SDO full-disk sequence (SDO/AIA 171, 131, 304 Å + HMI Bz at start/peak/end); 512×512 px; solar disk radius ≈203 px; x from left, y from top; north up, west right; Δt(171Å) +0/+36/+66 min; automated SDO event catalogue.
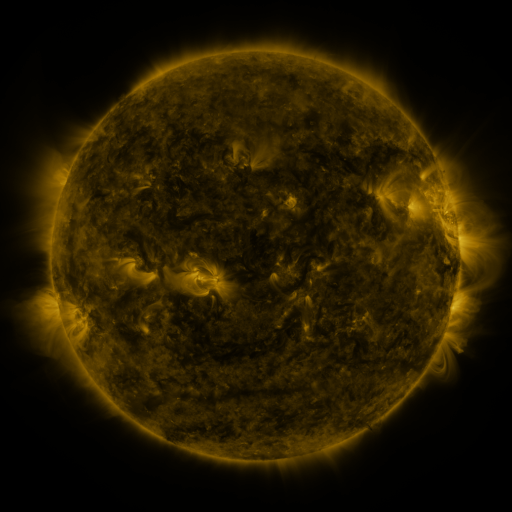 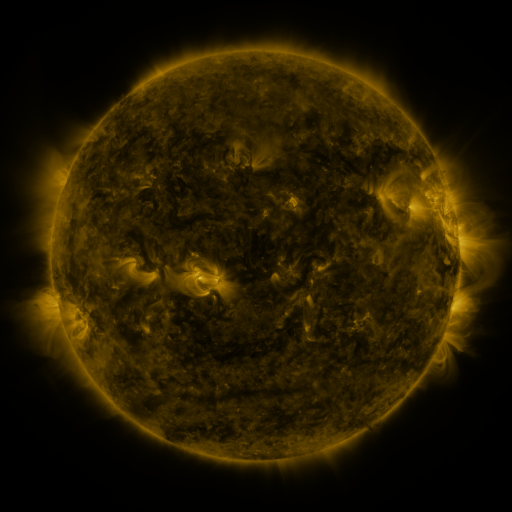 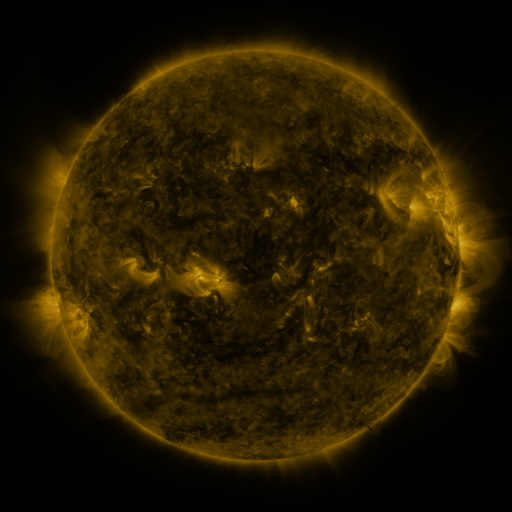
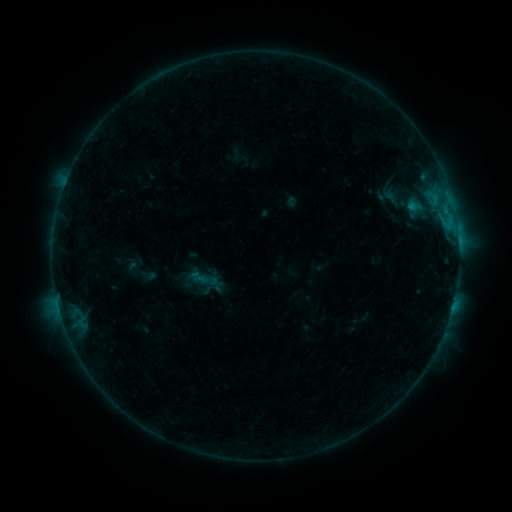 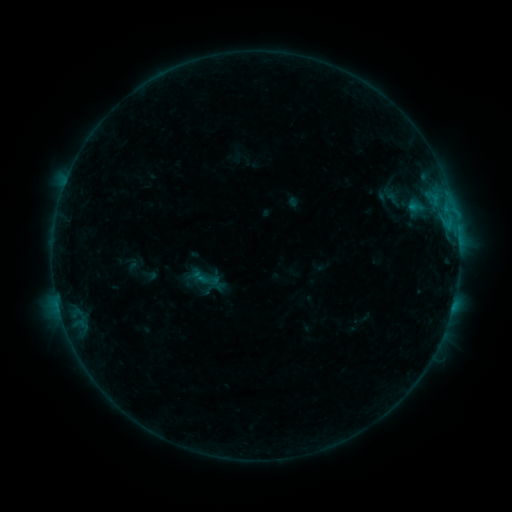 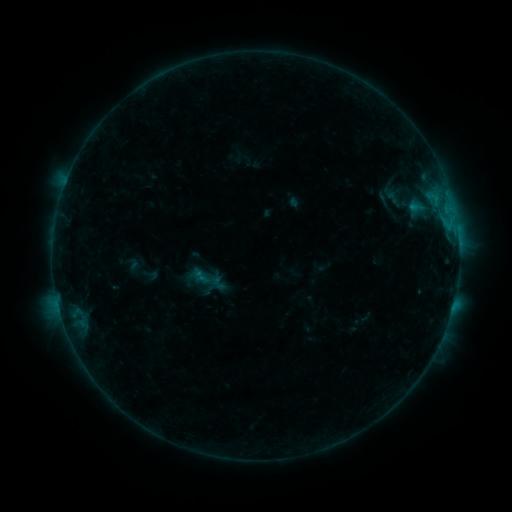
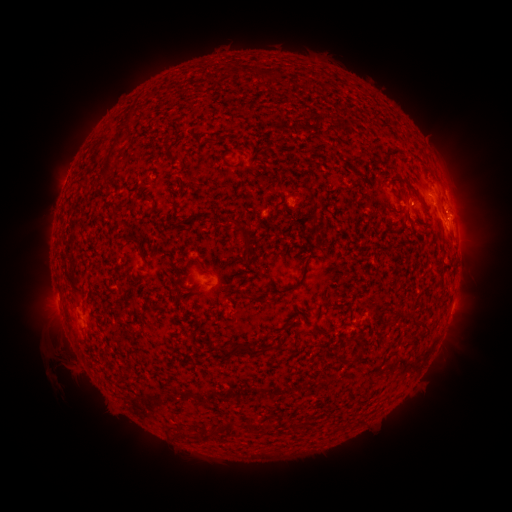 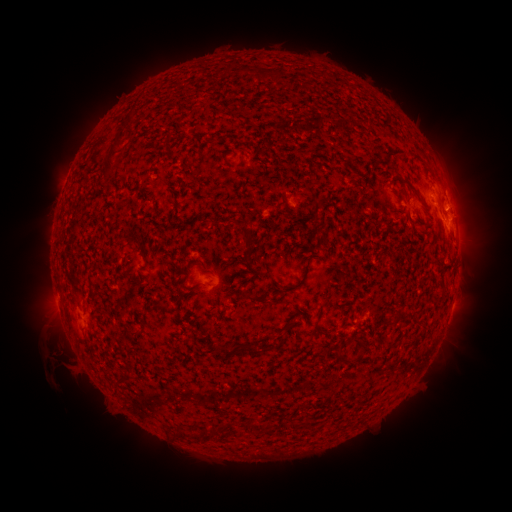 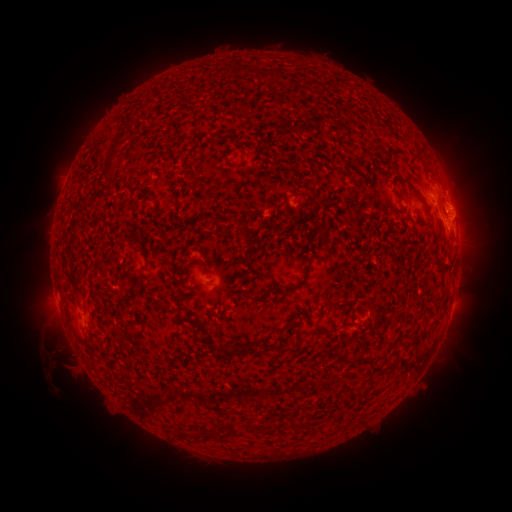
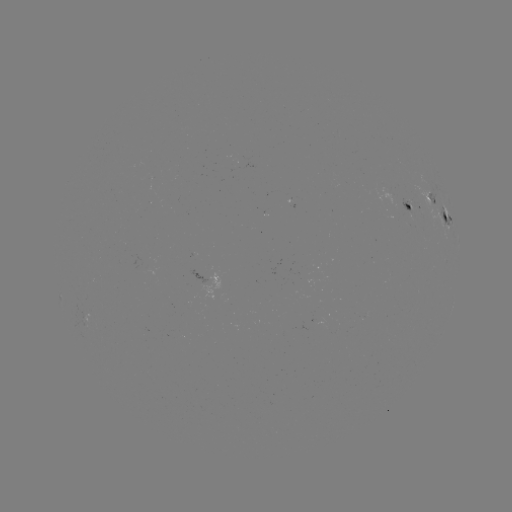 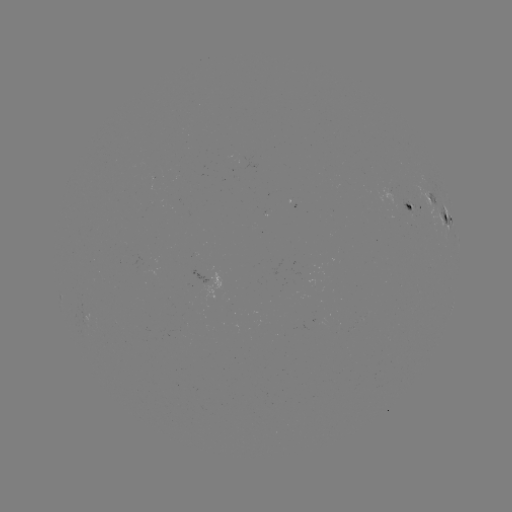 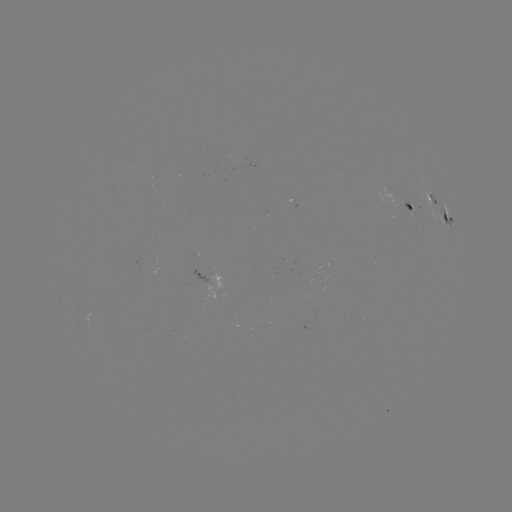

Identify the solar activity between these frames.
B5.0 flare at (455, 216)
